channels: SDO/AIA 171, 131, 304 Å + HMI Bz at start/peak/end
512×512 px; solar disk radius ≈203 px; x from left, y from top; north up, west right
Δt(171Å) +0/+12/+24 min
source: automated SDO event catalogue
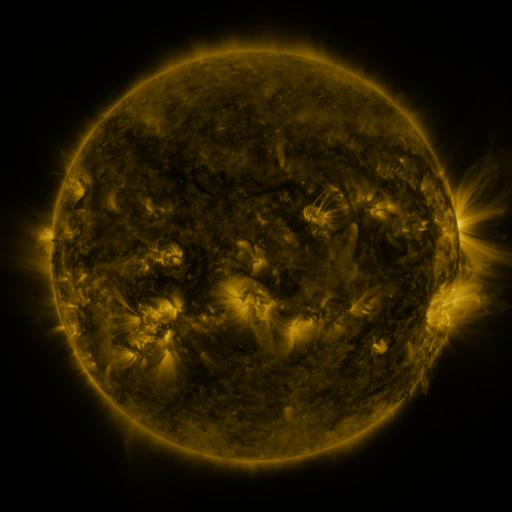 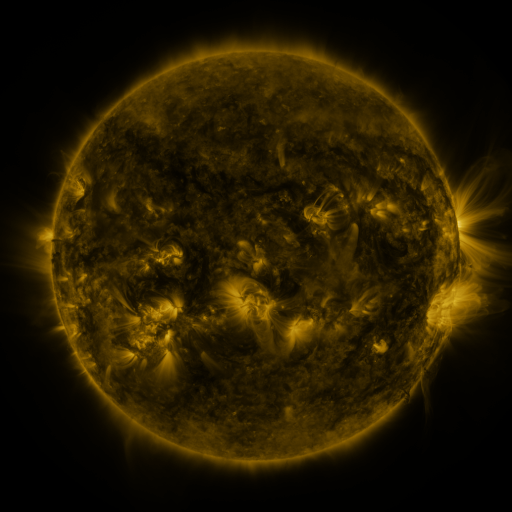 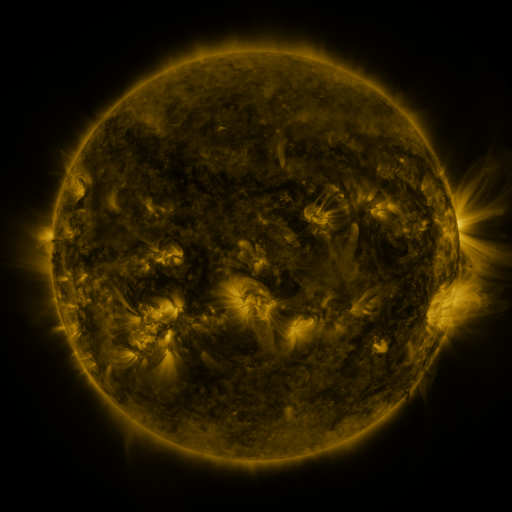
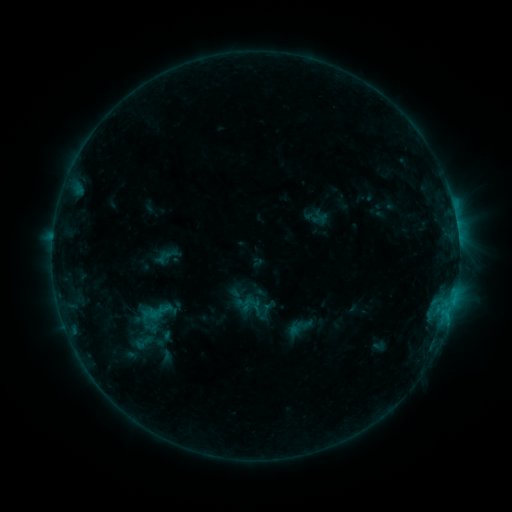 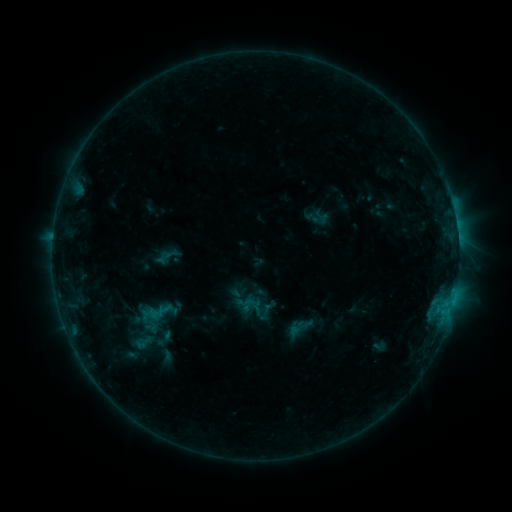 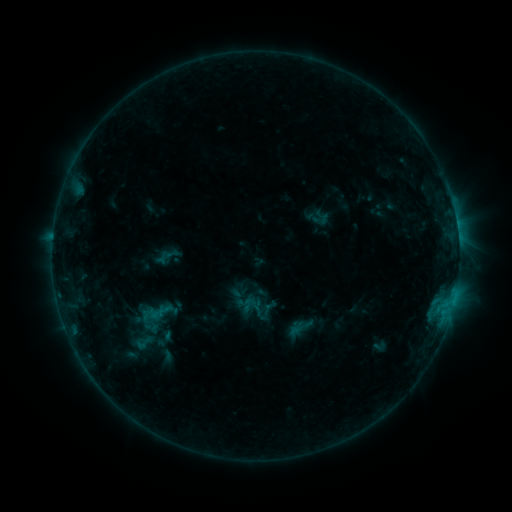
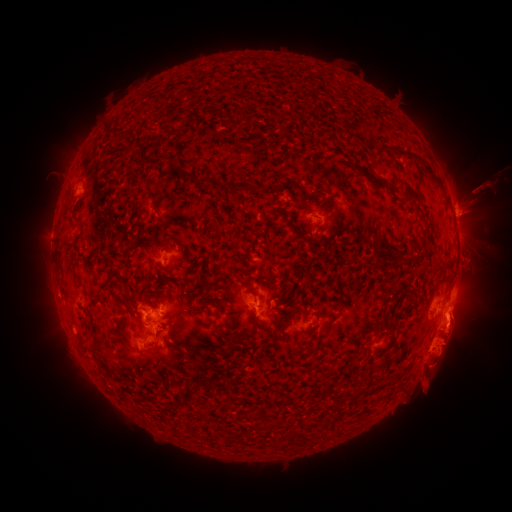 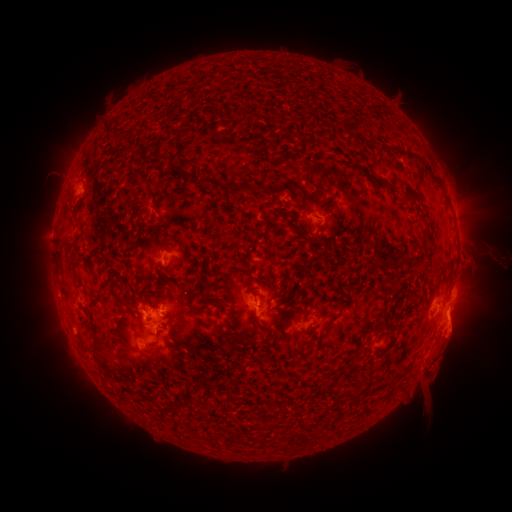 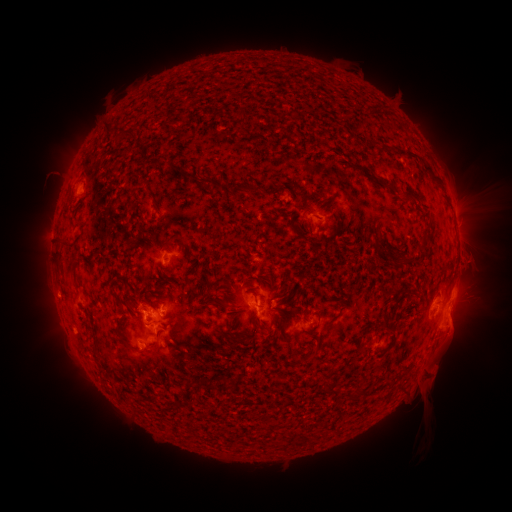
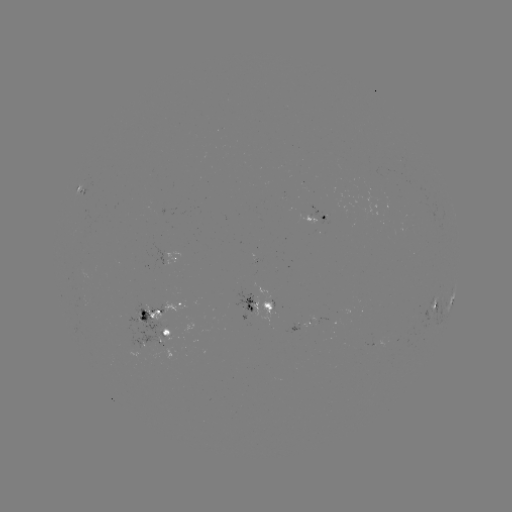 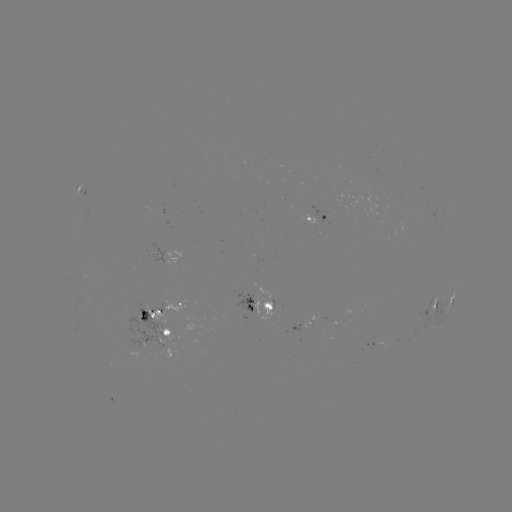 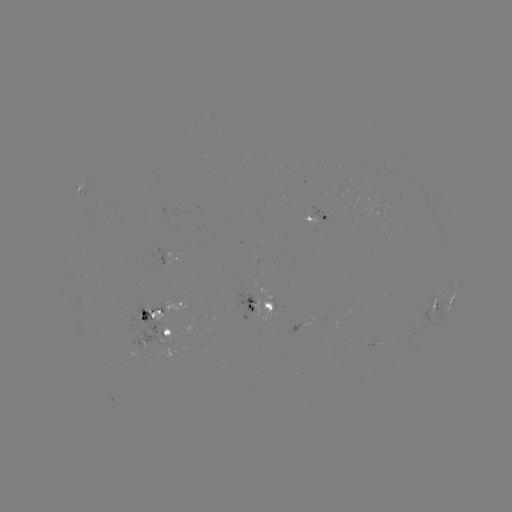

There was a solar eruption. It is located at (454, 347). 